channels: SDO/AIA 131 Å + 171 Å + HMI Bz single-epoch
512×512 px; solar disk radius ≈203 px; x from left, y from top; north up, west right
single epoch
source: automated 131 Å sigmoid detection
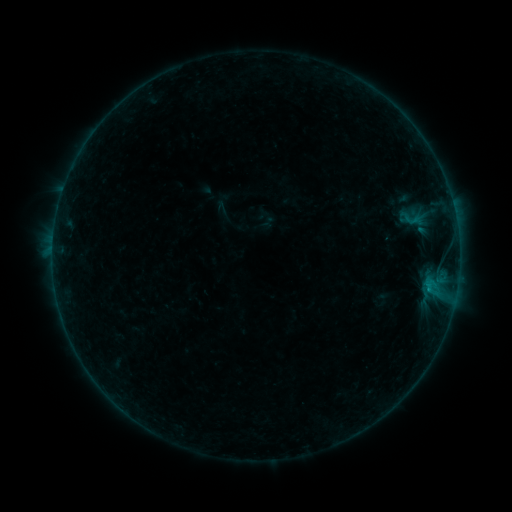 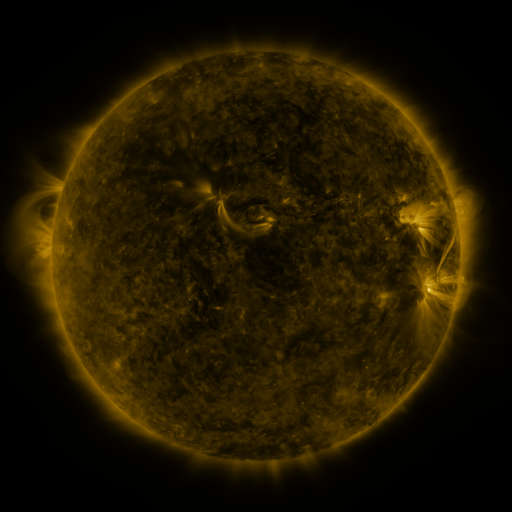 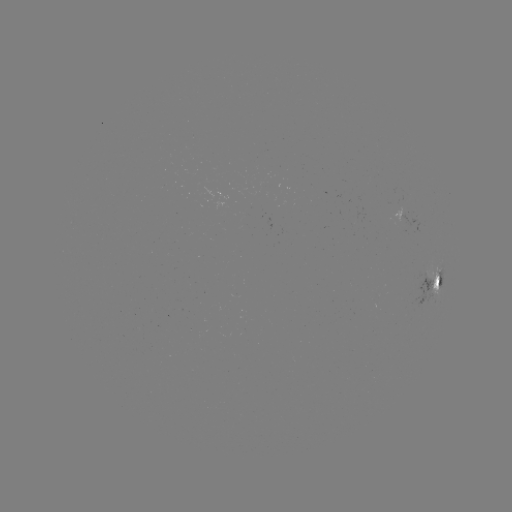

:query sigmoid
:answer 413,220